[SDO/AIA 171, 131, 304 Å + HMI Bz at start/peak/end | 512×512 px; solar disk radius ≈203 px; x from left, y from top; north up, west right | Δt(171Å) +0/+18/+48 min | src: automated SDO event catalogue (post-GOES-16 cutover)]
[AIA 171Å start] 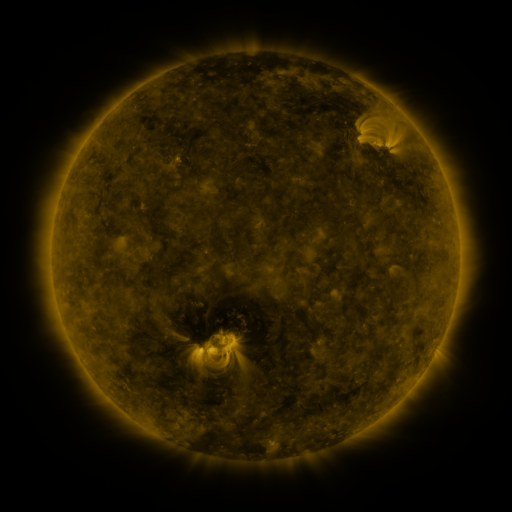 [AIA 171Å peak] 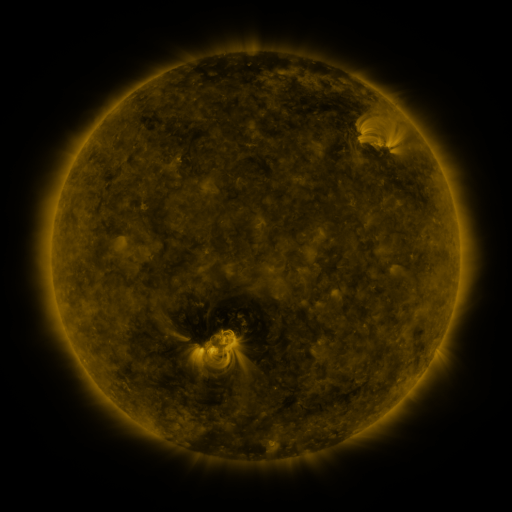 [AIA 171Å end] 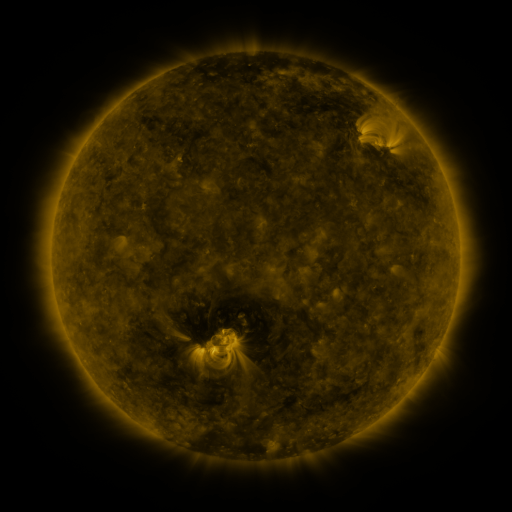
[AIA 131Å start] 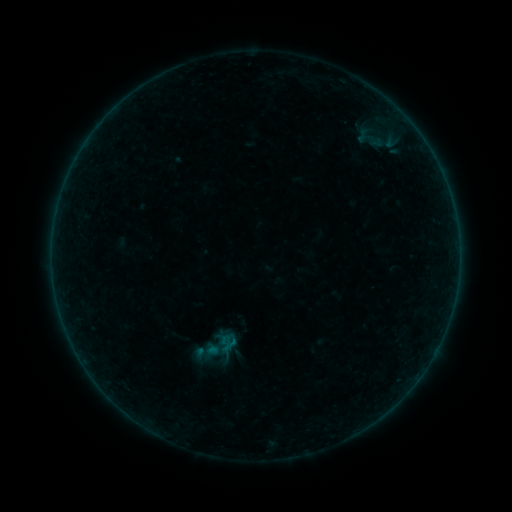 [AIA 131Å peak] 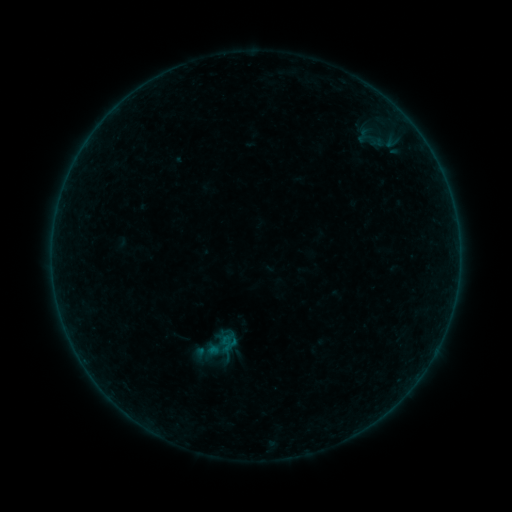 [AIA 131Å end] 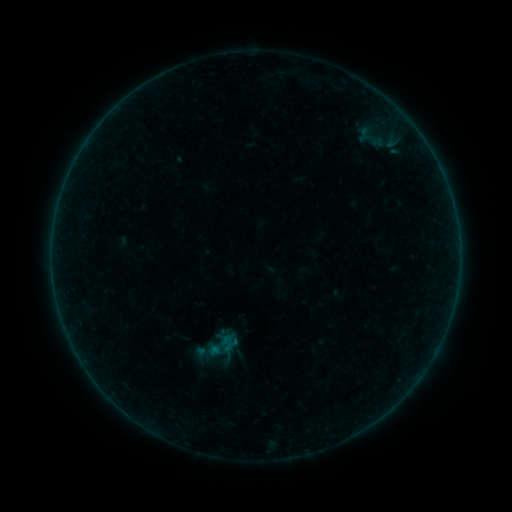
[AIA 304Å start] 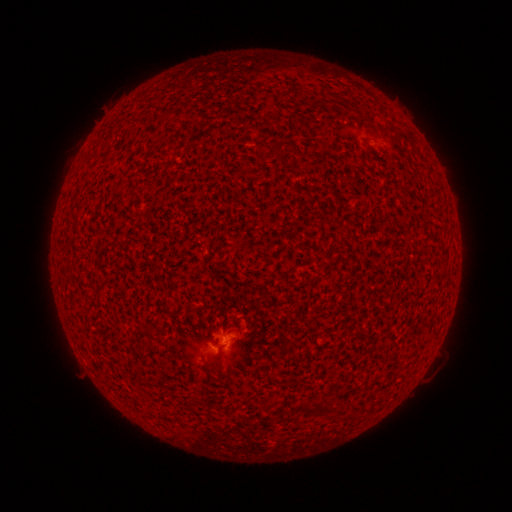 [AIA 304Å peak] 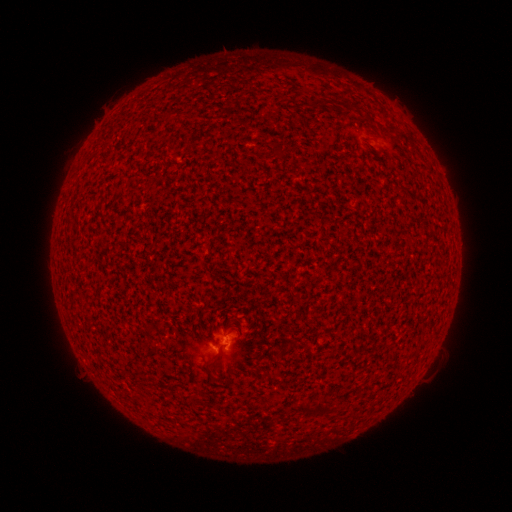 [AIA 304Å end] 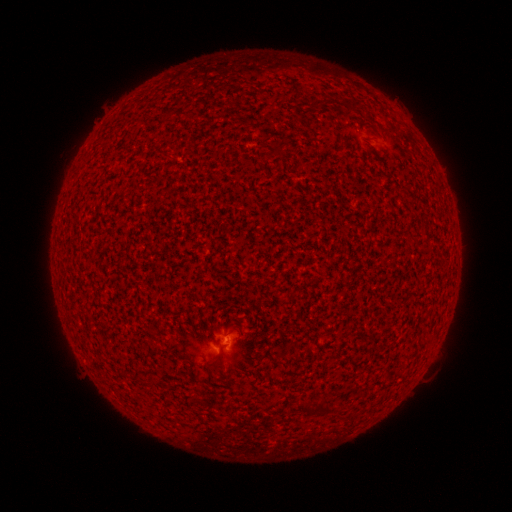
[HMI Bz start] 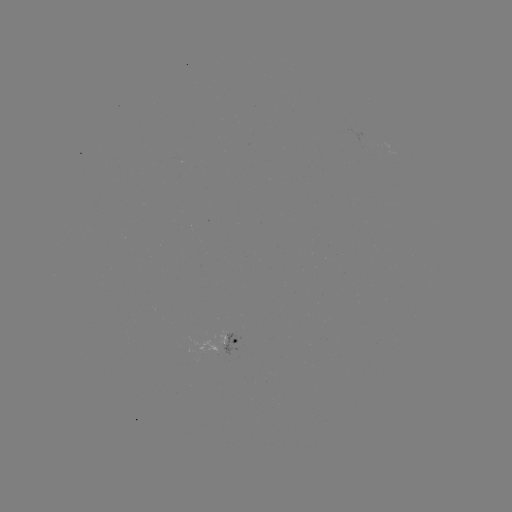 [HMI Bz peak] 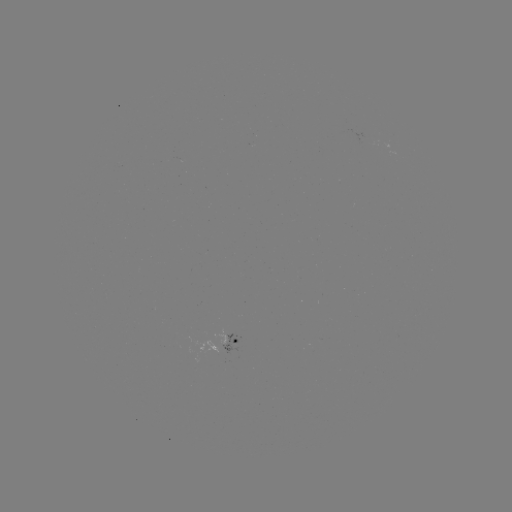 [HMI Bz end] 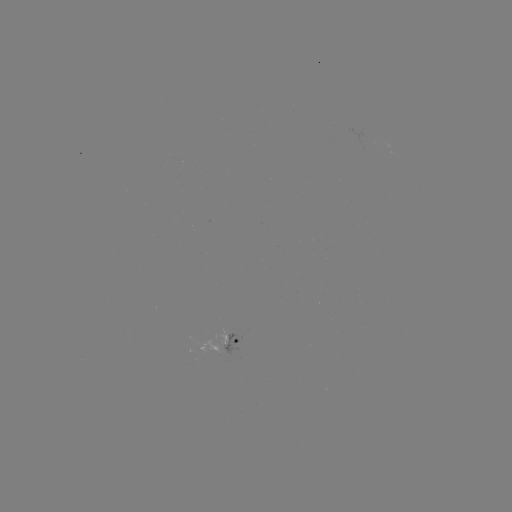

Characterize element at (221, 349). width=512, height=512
A9.8 flare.